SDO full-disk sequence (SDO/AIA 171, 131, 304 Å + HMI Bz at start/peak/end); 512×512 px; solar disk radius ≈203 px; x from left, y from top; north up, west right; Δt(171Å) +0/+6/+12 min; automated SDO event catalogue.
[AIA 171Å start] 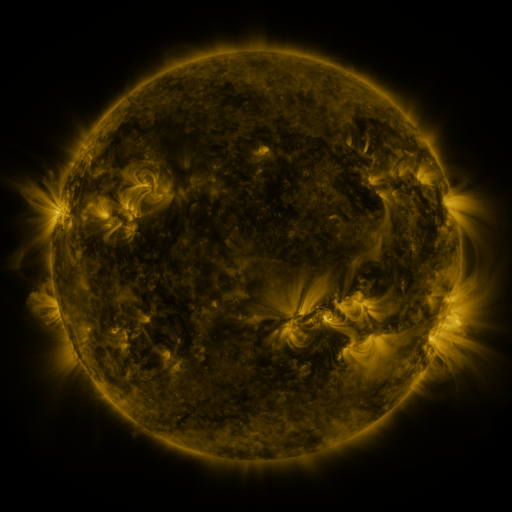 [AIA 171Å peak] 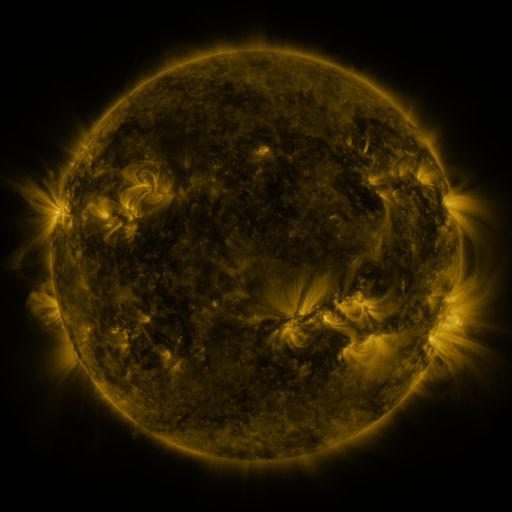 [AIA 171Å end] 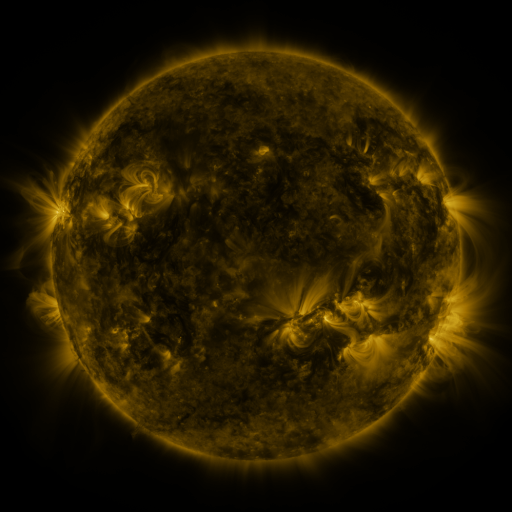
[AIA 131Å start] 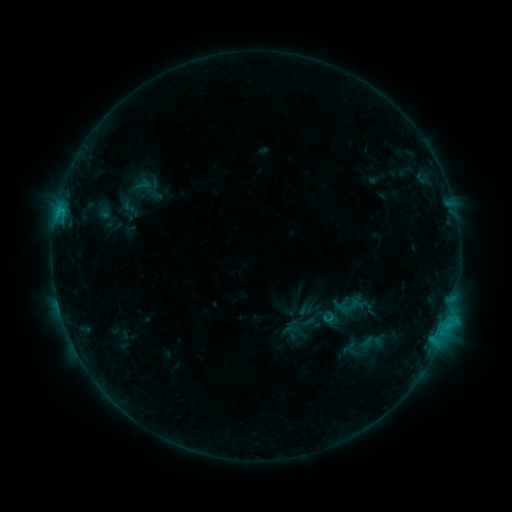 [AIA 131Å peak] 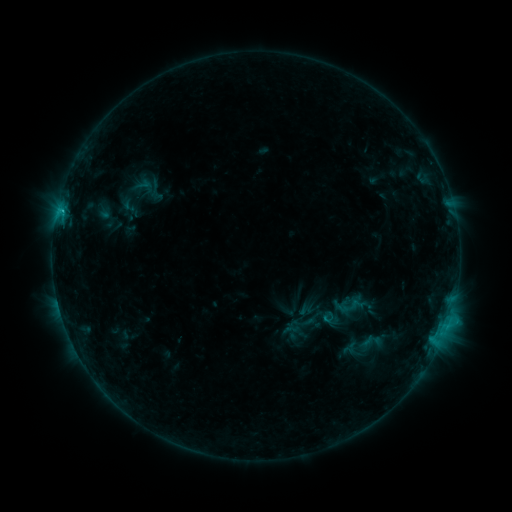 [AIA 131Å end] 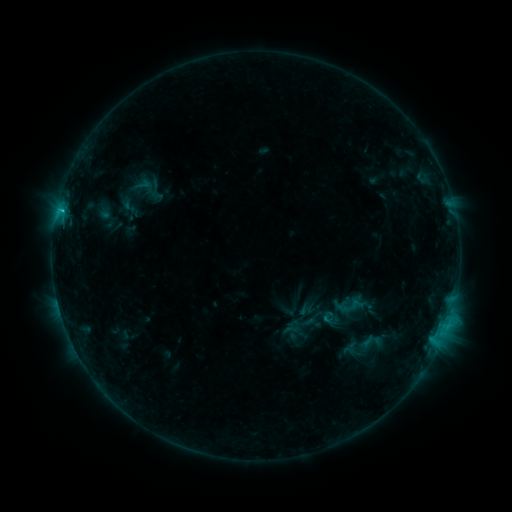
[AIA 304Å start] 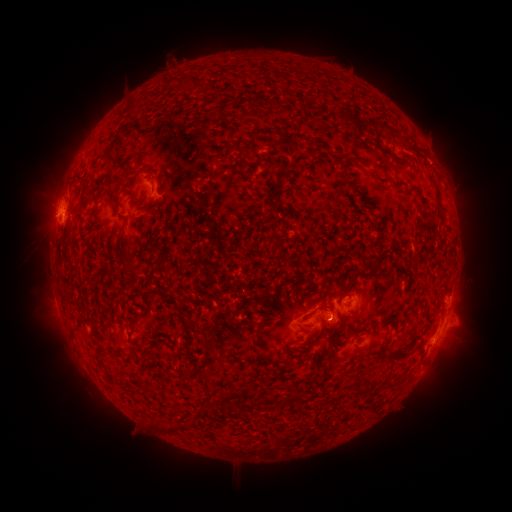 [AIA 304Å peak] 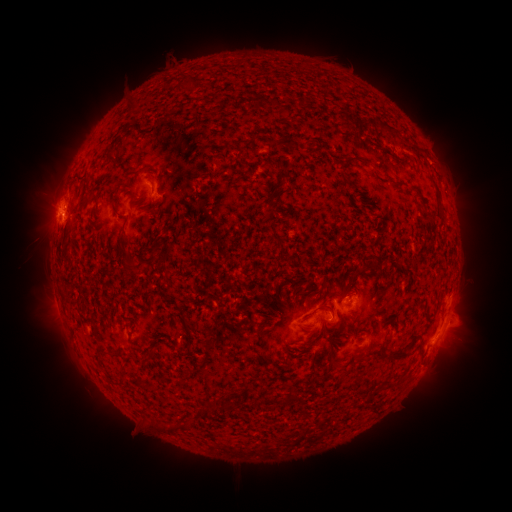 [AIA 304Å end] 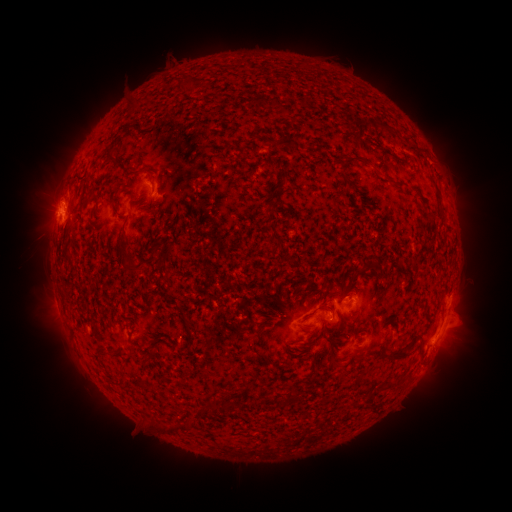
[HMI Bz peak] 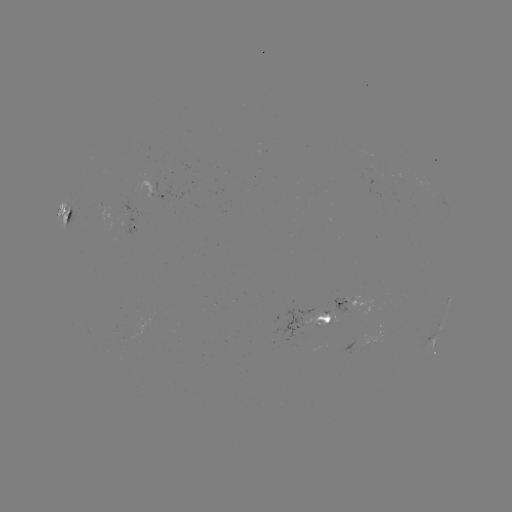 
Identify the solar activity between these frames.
C1.0 flare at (62, 214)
